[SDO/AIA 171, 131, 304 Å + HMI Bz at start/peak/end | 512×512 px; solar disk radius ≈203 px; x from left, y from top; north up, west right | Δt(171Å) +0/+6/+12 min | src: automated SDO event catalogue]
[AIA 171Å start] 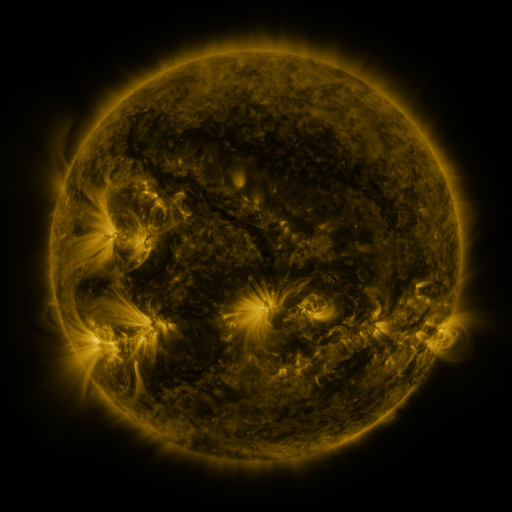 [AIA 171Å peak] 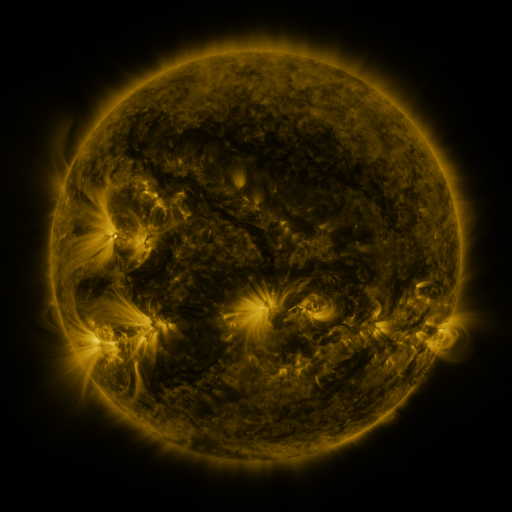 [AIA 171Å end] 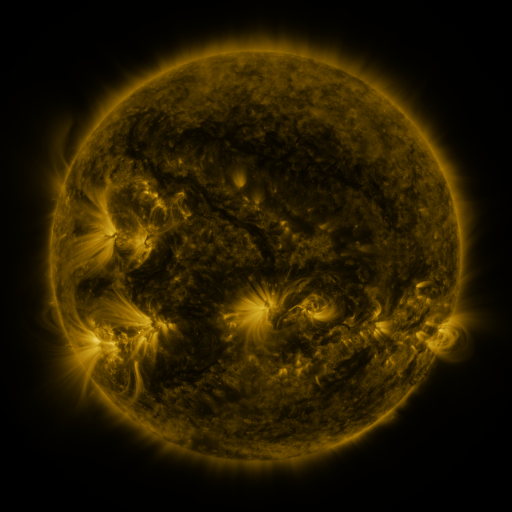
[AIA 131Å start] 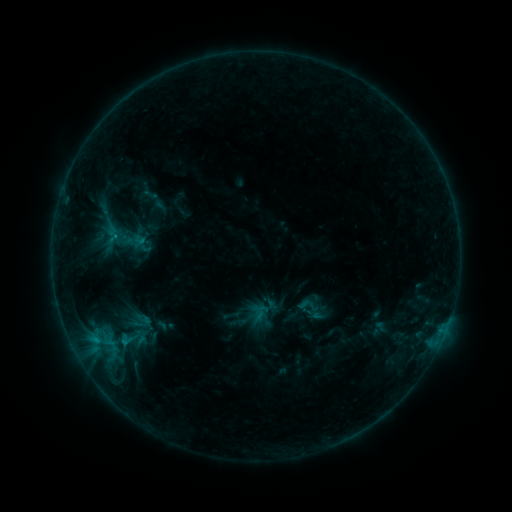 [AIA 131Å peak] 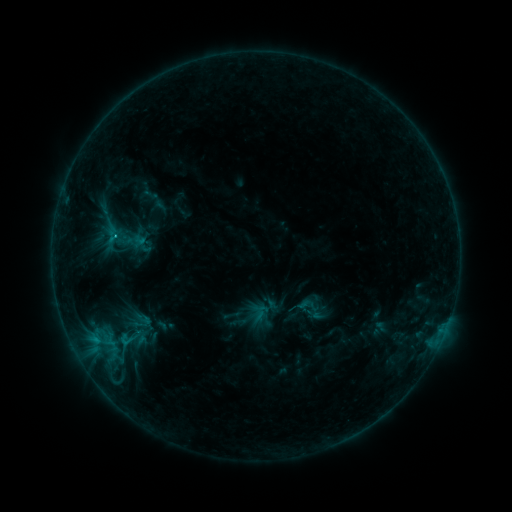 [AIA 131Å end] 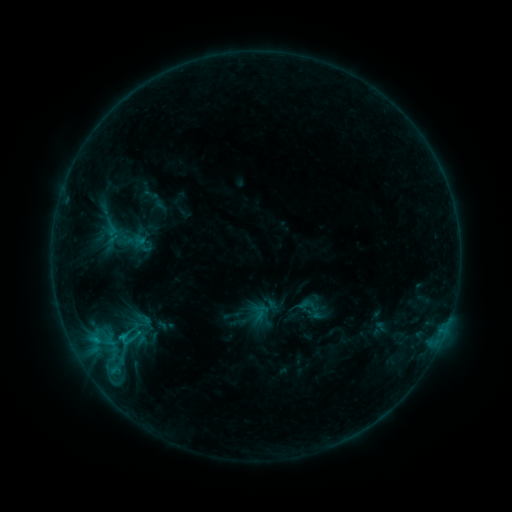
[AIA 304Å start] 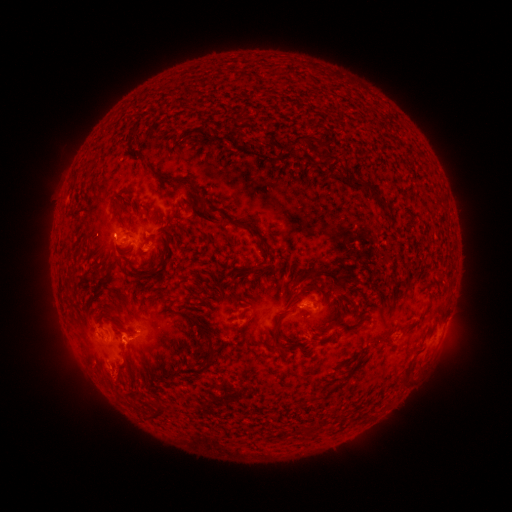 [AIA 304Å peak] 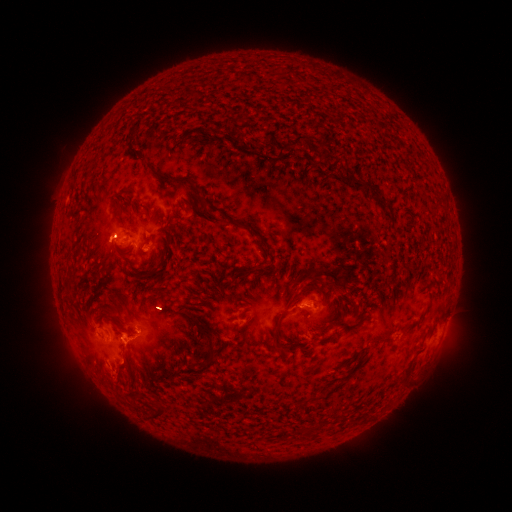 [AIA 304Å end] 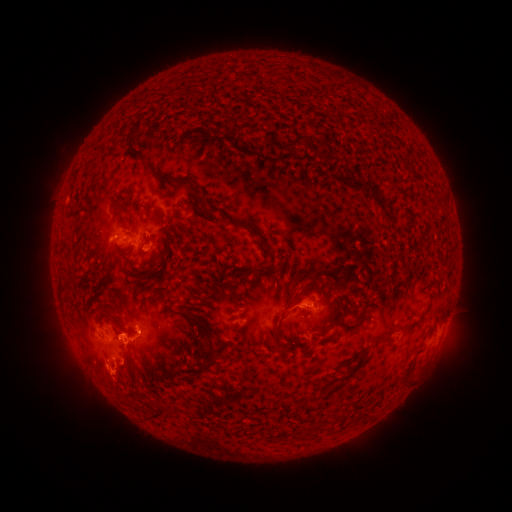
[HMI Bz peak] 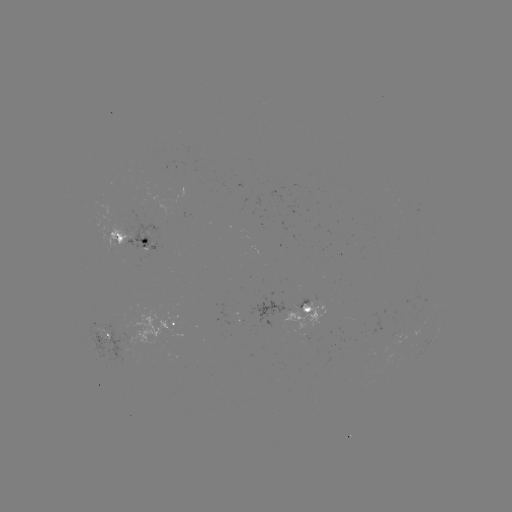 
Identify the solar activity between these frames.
C1.1 flare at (116, 238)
